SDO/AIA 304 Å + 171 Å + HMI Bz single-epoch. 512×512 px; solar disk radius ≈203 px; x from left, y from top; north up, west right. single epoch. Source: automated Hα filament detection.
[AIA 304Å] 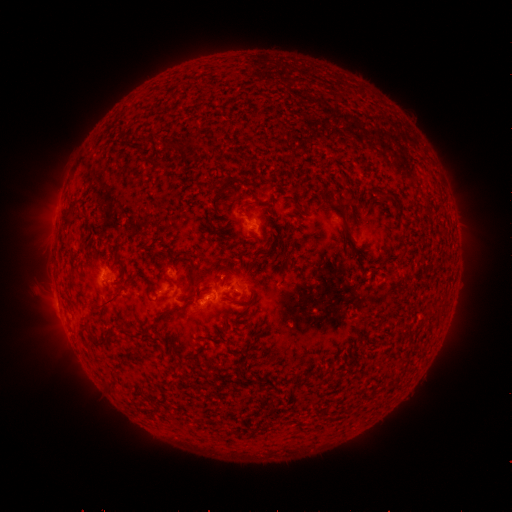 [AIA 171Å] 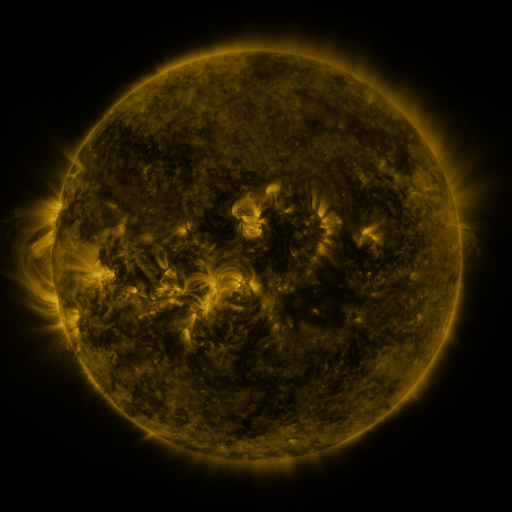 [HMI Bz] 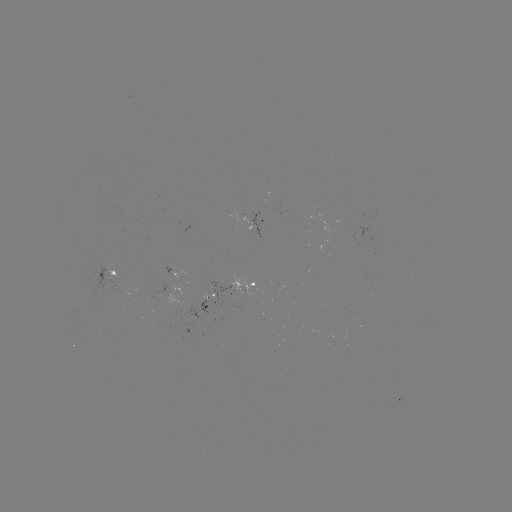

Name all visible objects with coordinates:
filament: <bbox>217, 179, 233, 196</bbox>
filament: <bbox>332, 202, 347, 217</bbox>
filament: <bbox>344, 236, 354, 245</bbox>
filament: <bbox>397, 247, 406, 256</bbox>
filament: <bbox>184, 251, 195, 271</bbox>
filament: <bbox>113, 258, 123, 268</bbox>
filament: <bbox>97, 291, 122, 309</bbox>
filament: <bbox>143, 328, 157, 340</bbox>
filament: <bbox>98, 332, 108, 344</bbox>
